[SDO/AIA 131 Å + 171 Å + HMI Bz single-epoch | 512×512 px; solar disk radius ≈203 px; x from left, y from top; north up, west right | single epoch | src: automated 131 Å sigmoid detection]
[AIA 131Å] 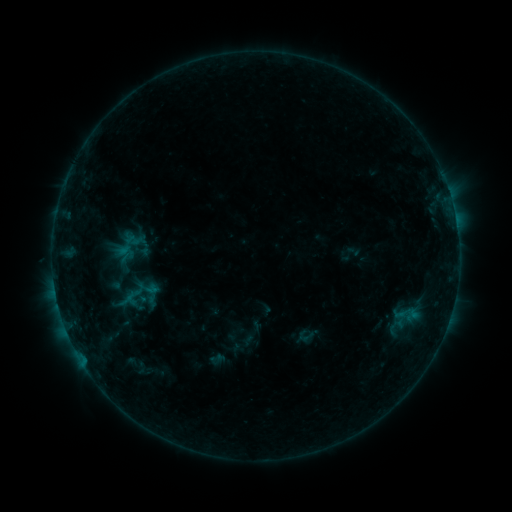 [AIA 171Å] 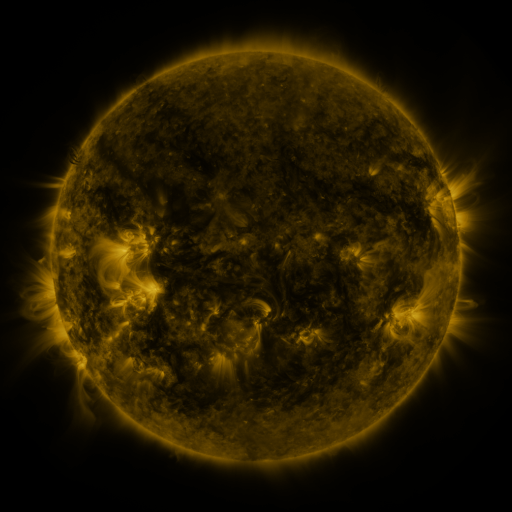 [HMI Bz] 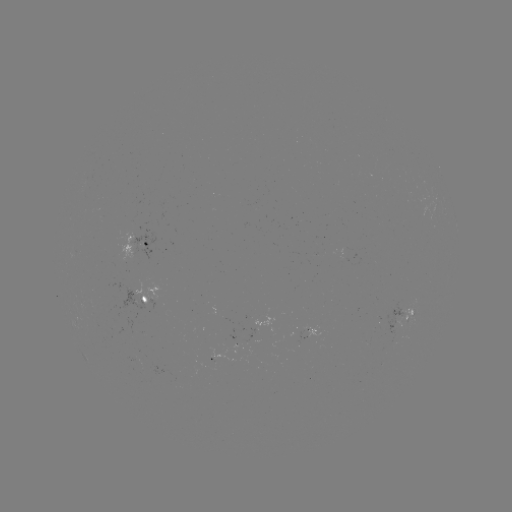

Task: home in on sigmoid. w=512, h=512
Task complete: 305,335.